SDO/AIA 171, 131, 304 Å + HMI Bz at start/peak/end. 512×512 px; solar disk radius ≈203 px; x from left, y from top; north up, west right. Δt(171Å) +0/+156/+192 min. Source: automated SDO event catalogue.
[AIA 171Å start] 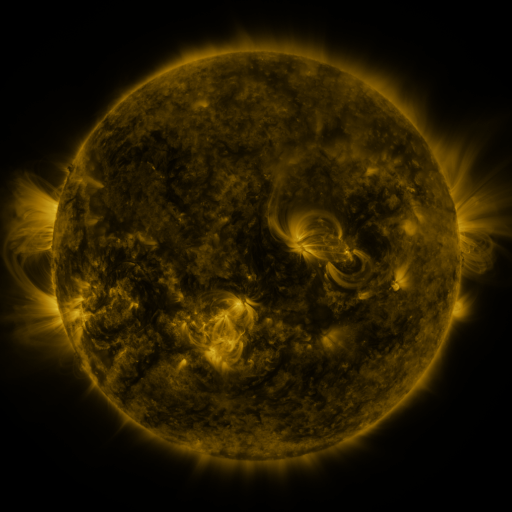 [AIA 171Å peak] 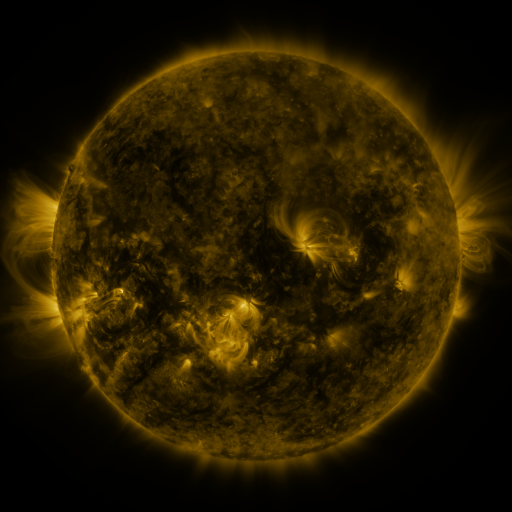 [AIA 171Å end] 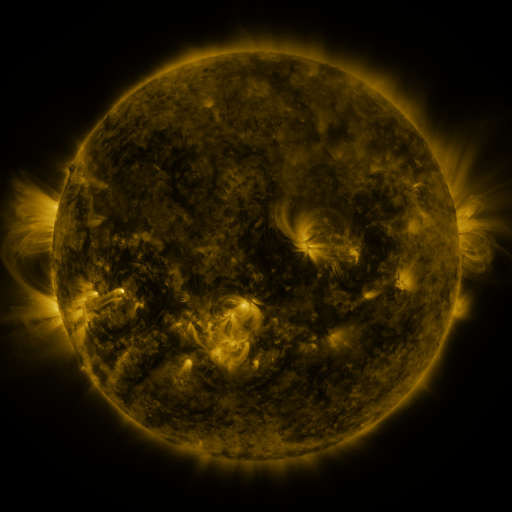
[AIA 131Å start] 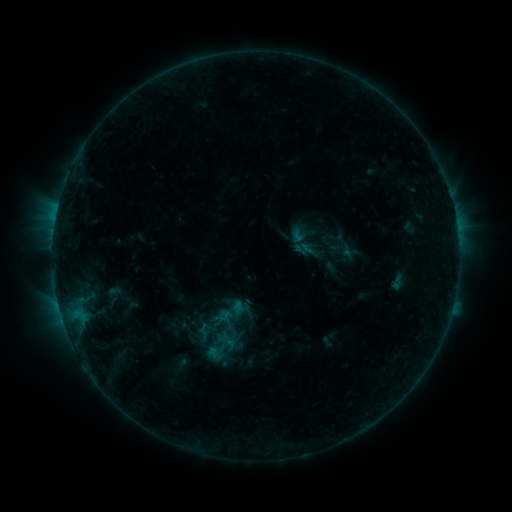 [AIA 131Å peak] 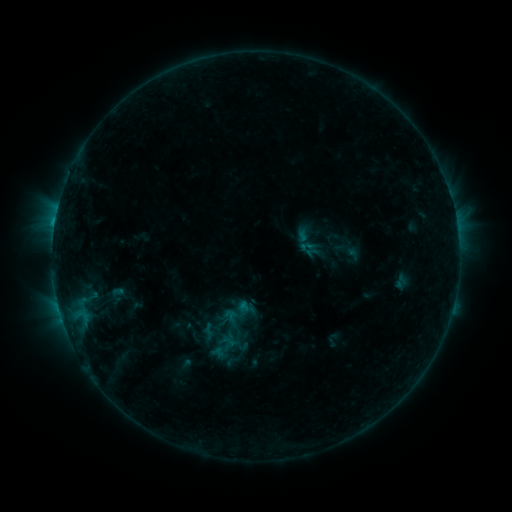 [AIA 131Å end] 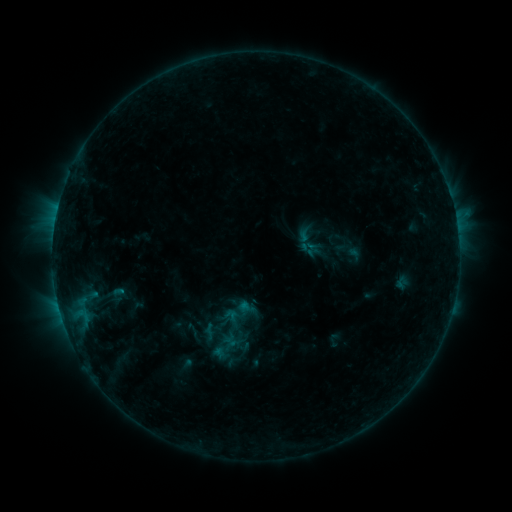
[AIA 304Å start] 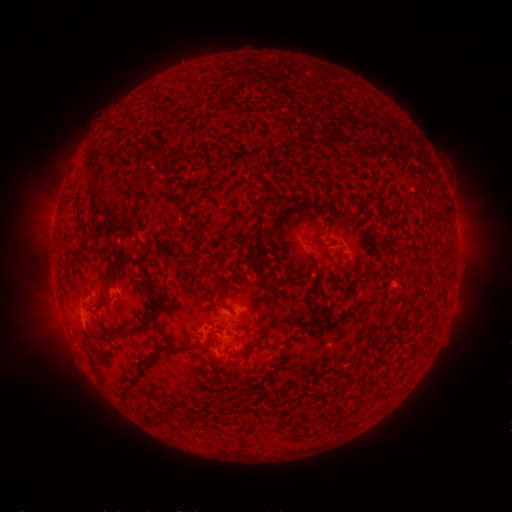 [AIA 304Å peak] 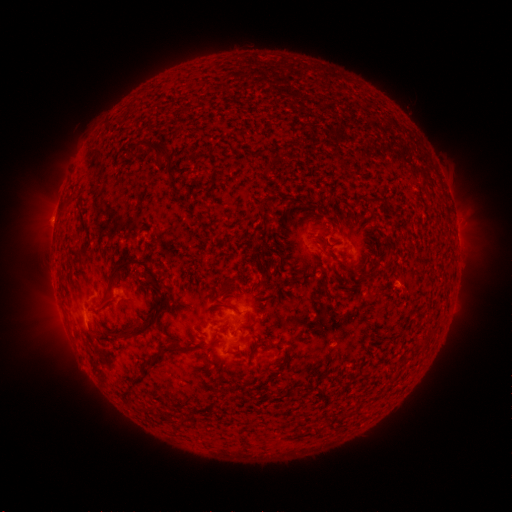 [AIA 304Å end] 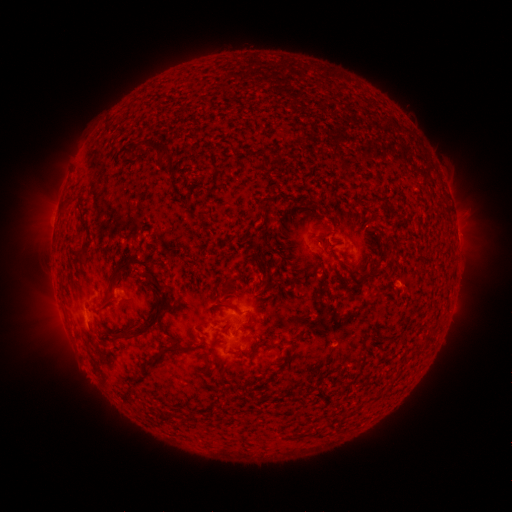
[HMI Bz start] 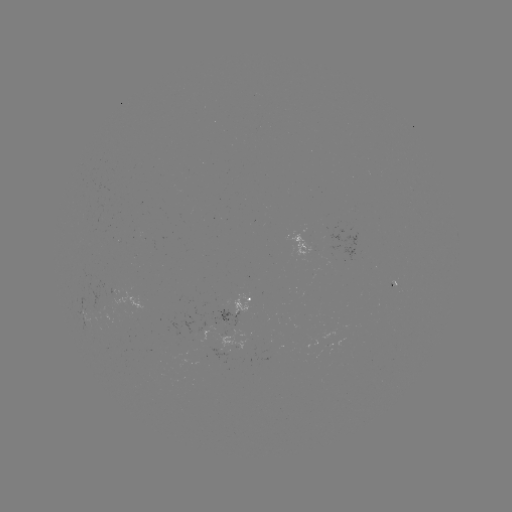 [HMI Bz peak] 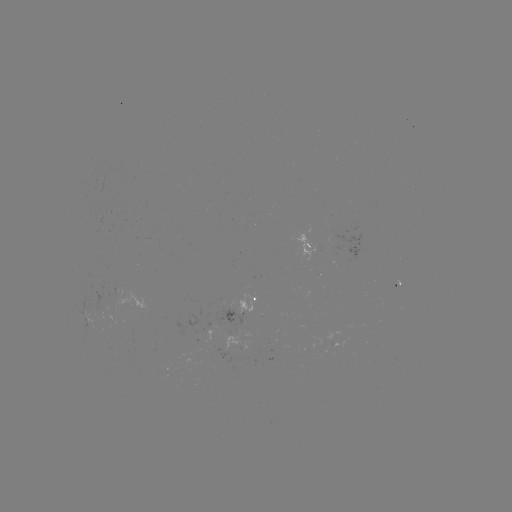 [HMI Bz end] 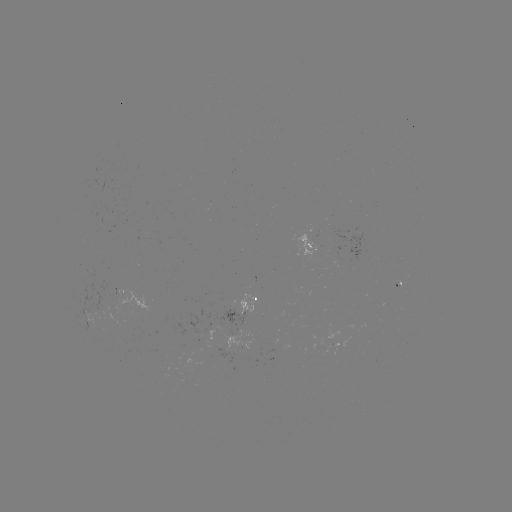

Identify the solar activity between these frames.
emerging-flux region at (94, 307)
